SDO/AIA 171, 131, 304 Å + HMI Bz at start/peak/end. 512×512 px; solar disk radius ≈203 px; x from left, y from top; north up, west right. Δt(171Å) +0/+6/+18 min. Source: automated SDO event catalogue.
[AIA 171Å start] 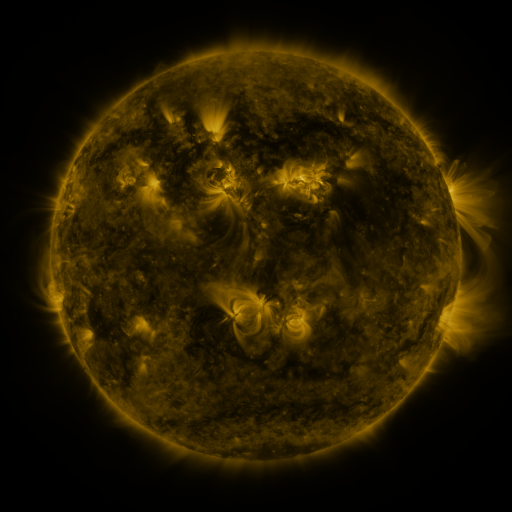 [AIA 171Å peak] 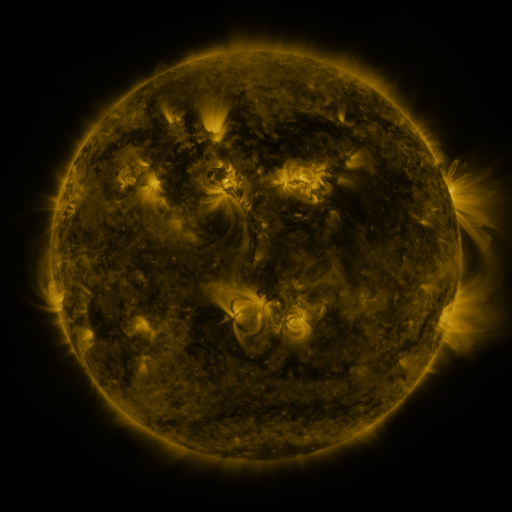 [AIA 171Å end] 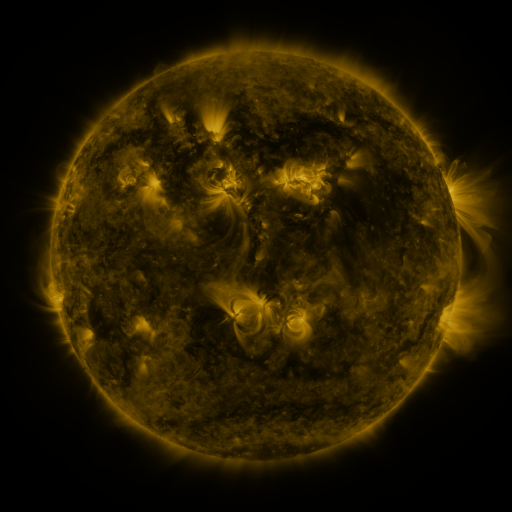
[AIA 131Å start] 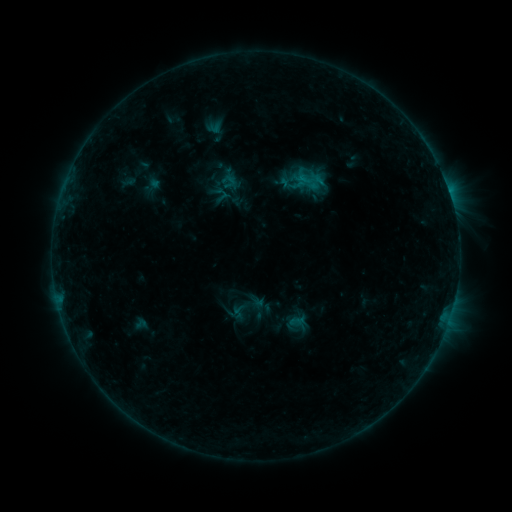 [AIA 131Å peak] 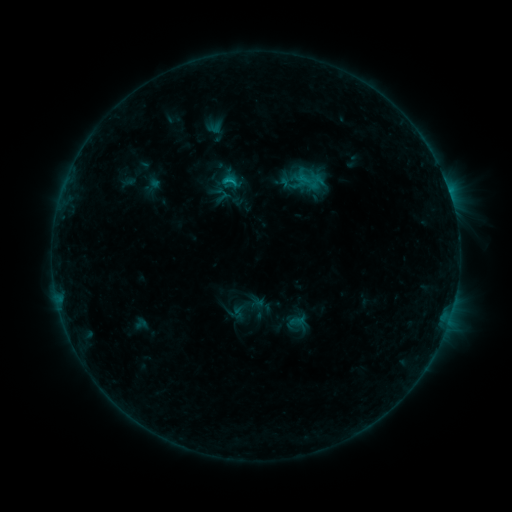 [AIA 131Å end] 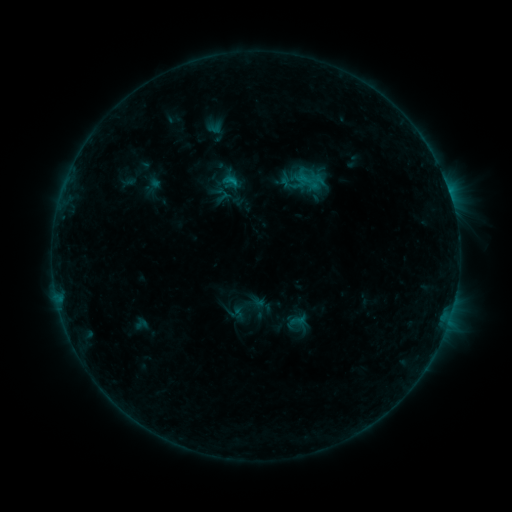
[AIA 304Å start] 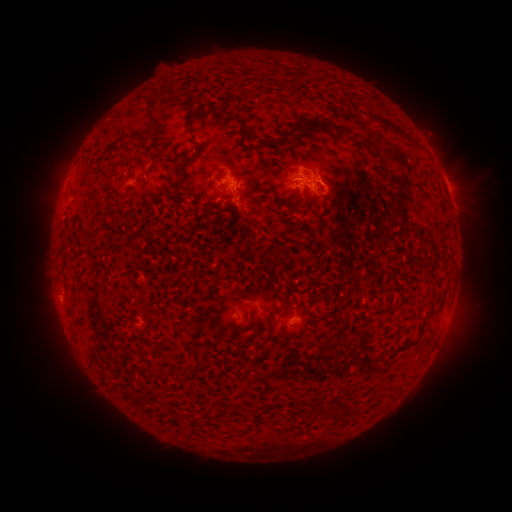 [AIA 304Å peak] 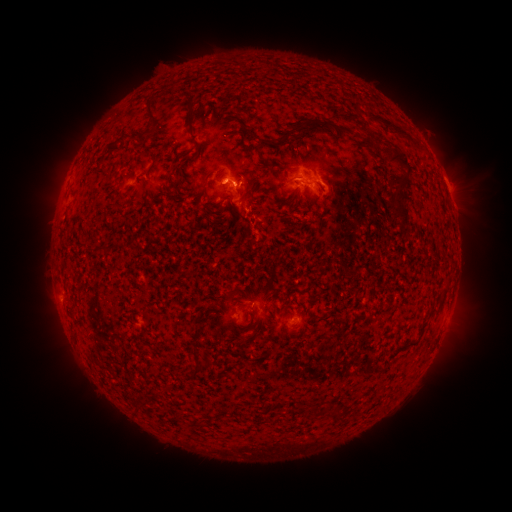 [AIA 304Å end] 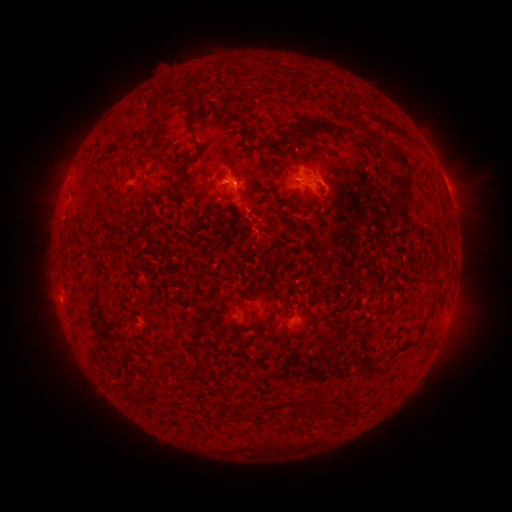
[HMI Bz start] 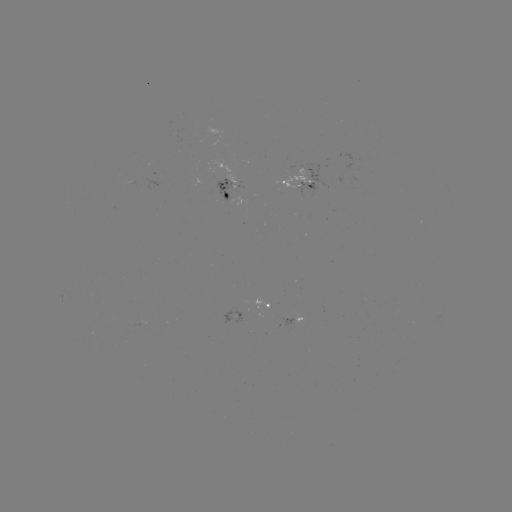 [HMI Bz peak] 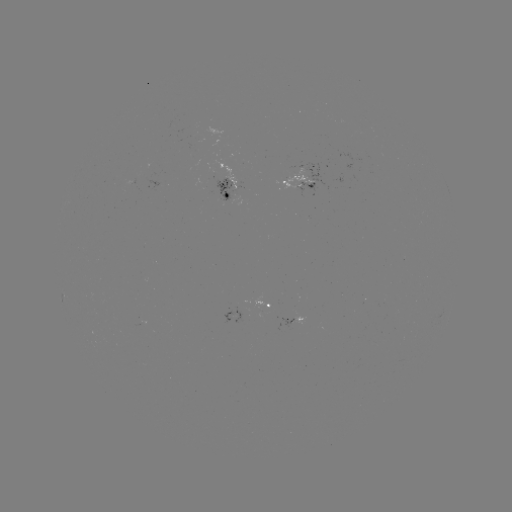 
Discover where B9.2 flare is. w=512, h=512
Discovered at (235, 182).